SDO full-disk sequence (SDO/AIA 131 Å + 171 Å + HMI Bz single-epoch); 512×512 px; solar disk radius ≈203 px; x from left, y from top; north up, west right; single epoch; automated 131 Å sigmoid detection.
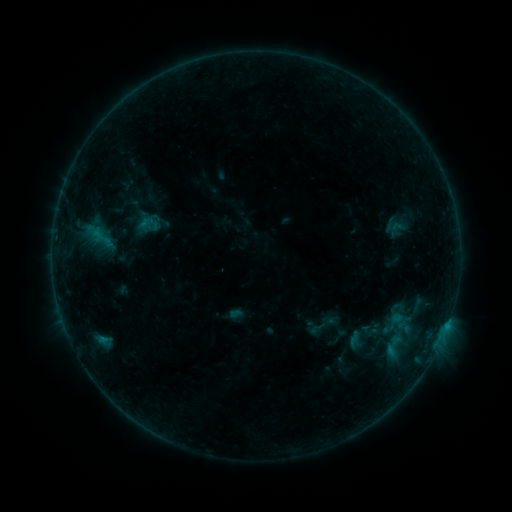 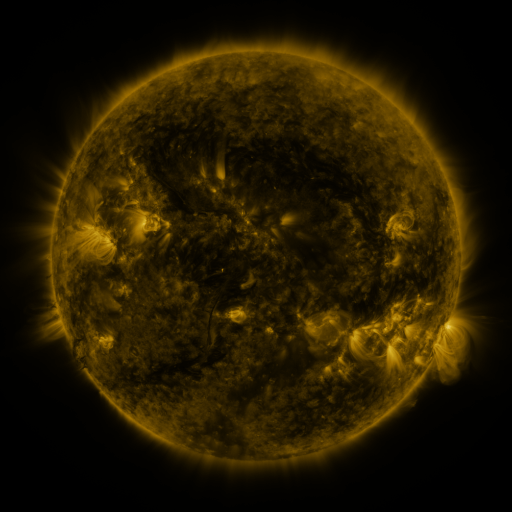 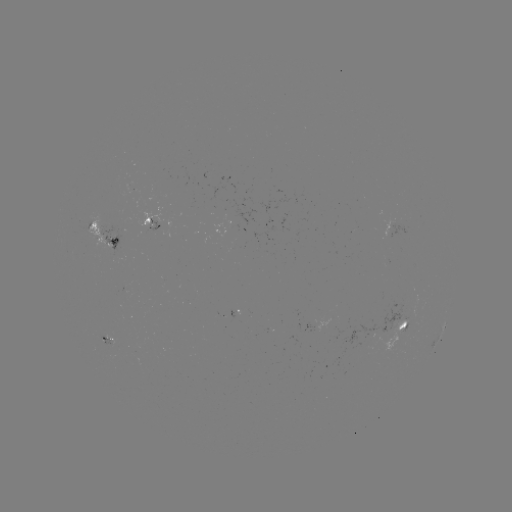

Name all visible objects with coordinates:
sigmoid: (383, 219, 408, 239)
